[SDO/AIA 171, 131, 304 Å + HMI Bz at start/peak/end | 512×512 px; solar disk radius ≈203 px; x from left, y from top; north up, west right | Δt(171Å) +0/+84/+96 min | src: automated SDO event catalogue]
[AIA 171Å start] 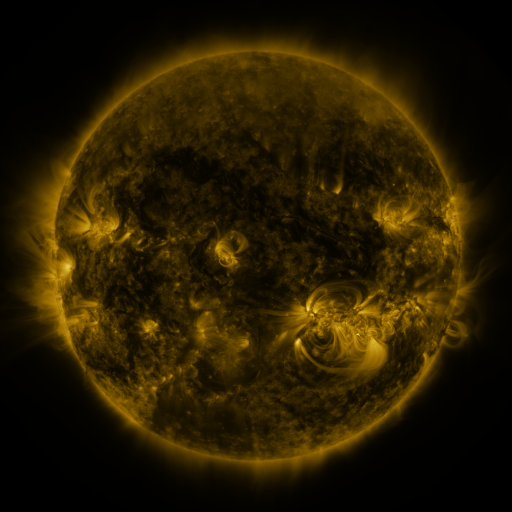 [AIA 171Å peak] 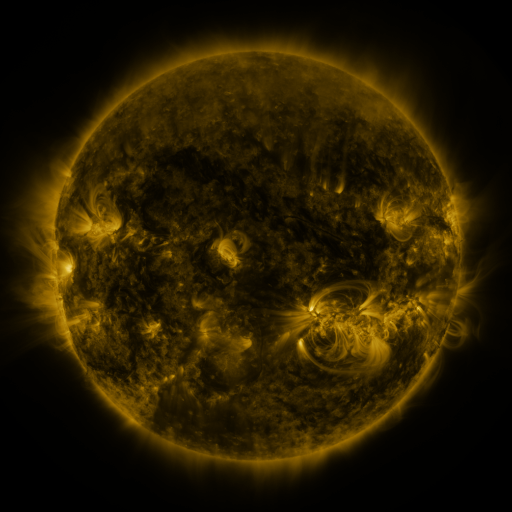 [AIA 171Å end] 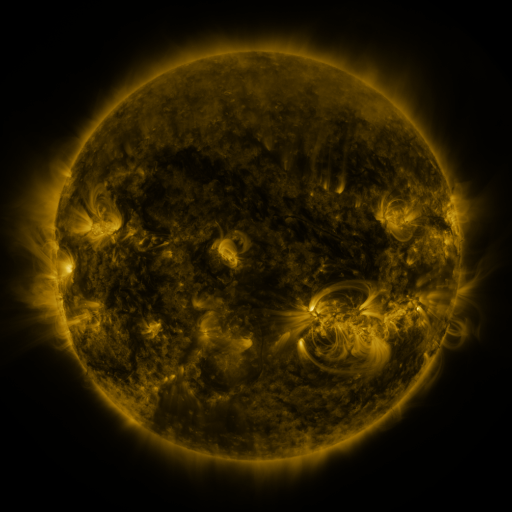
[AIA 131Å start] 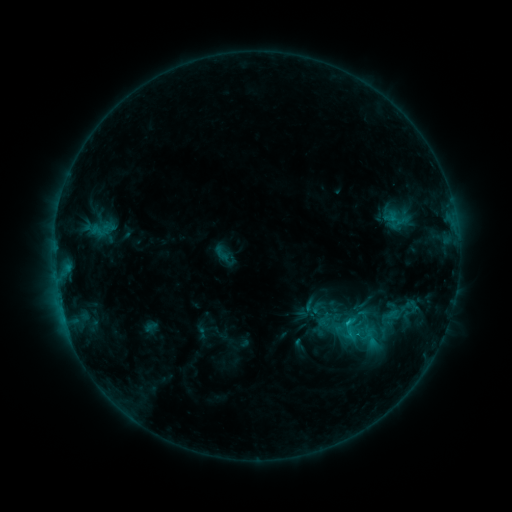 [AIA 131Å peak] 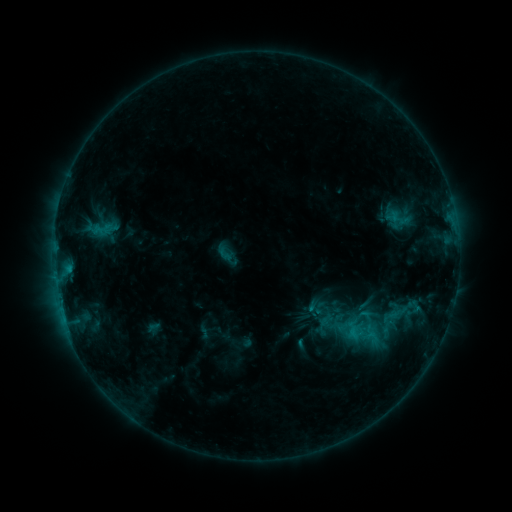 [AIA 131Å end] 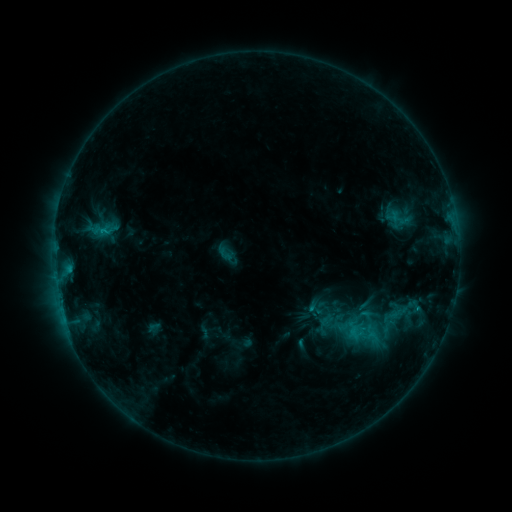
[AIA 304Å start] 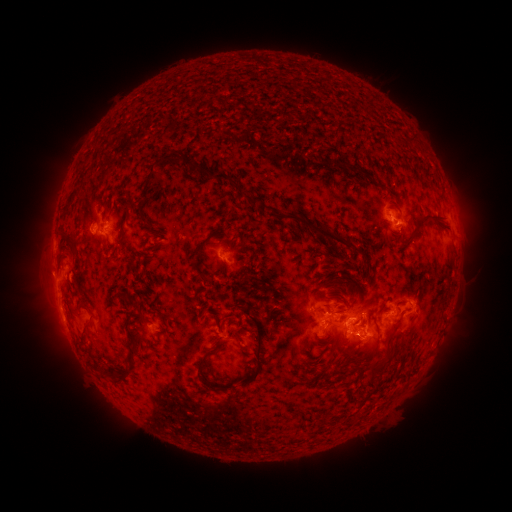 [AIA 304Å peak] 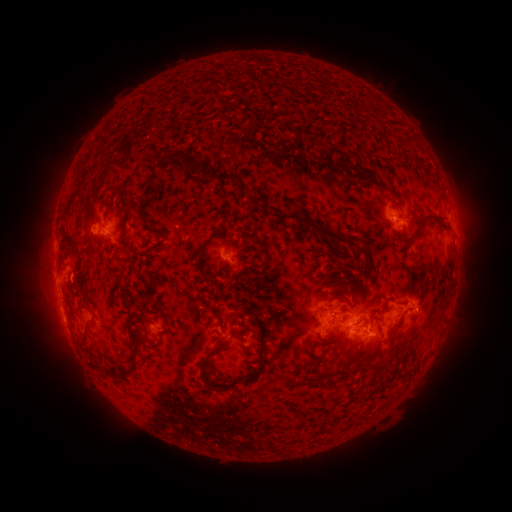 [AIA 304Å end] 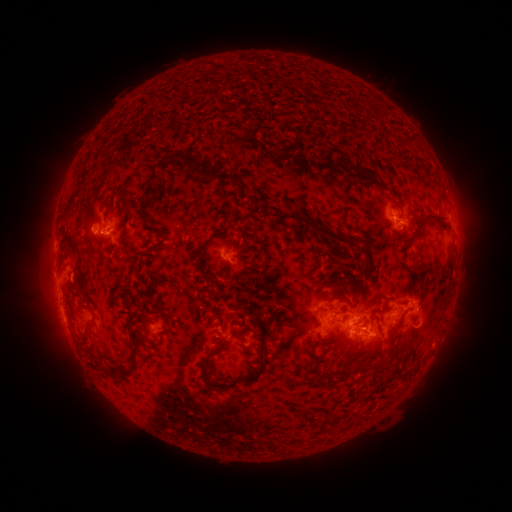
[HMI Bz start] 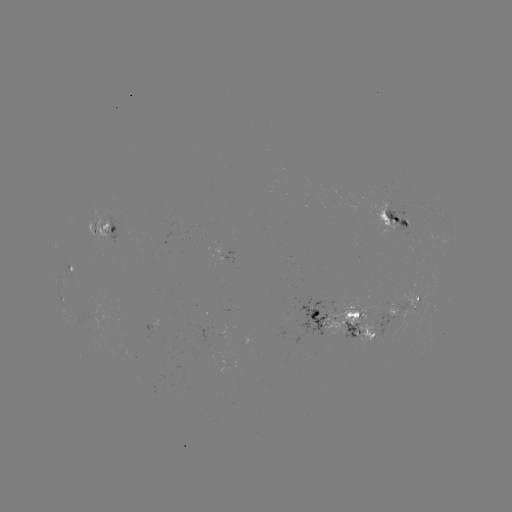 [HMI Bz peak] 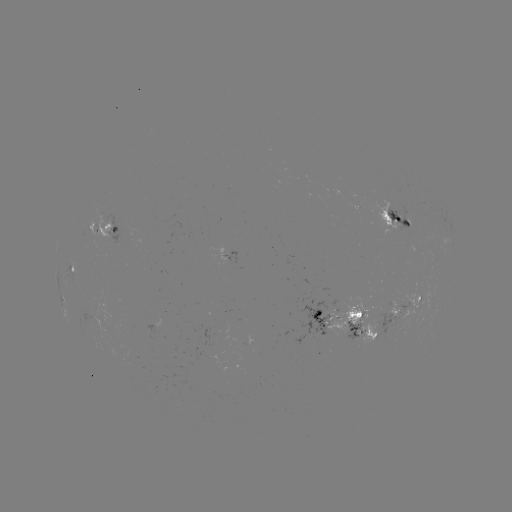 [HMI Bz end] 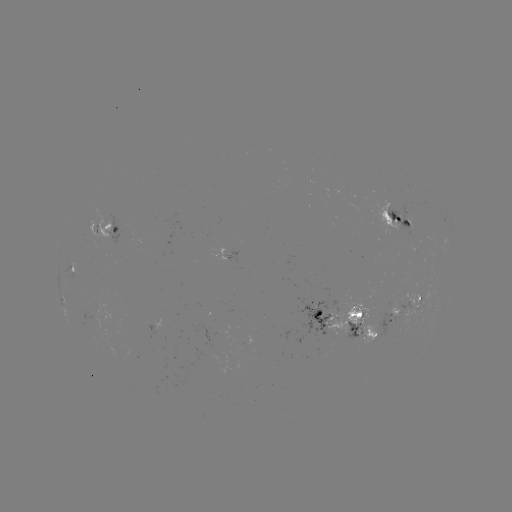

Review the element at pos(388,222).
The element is emerging-flux region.